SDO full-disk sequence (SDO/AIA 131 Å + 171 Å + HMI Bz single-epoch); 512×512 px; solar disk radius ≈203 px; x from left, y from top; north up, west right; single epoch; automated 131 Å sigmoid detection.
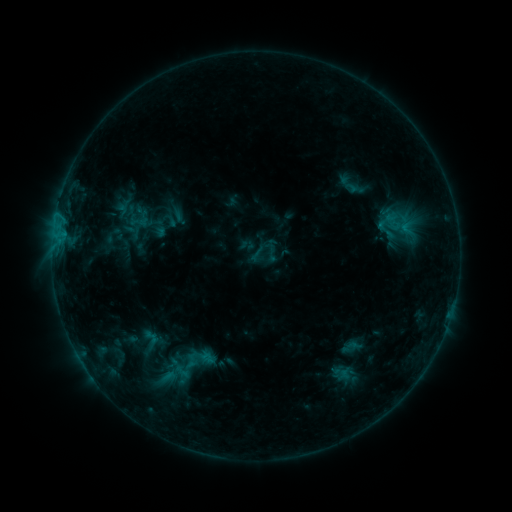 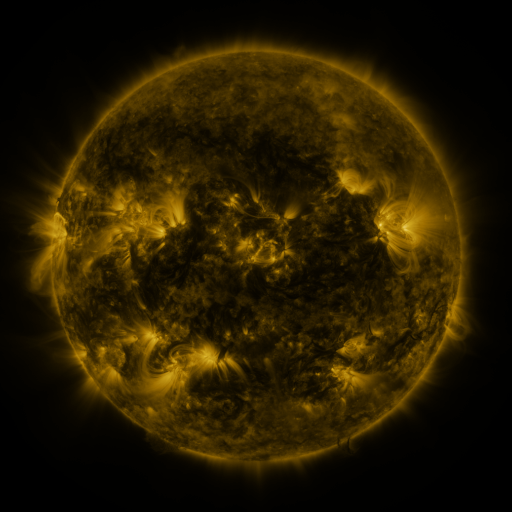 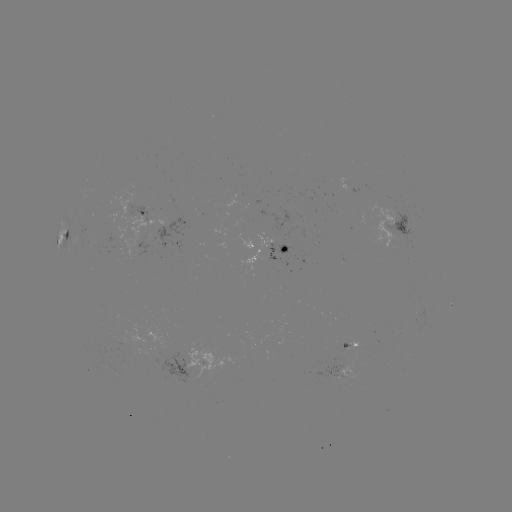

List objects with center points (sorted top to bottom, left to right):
sigmoid: <bbox>261, 241, 282, 262</bbox>
sigmoid: <bbox>170, 358, 200, 380</bbox>
